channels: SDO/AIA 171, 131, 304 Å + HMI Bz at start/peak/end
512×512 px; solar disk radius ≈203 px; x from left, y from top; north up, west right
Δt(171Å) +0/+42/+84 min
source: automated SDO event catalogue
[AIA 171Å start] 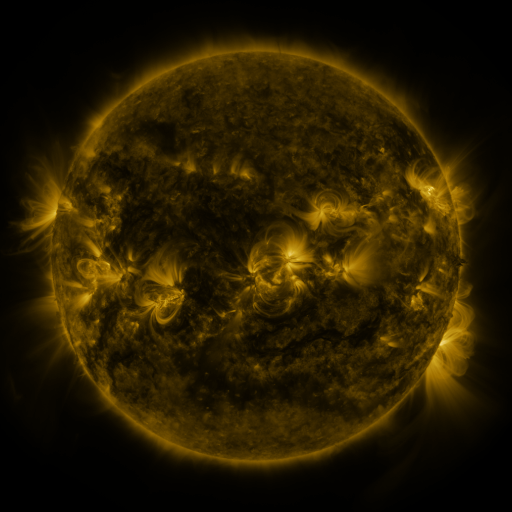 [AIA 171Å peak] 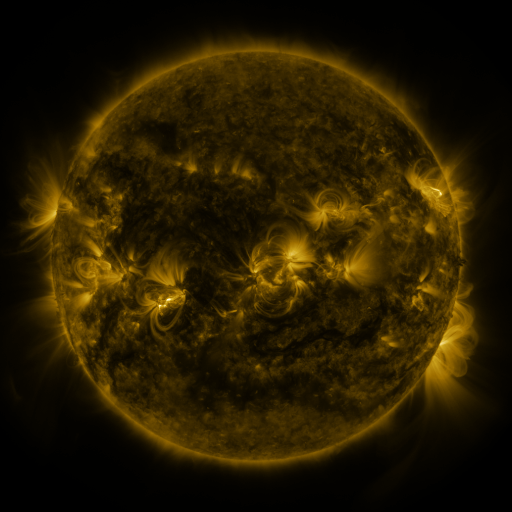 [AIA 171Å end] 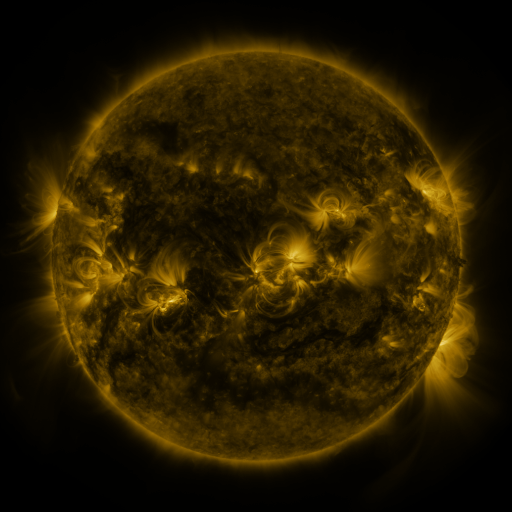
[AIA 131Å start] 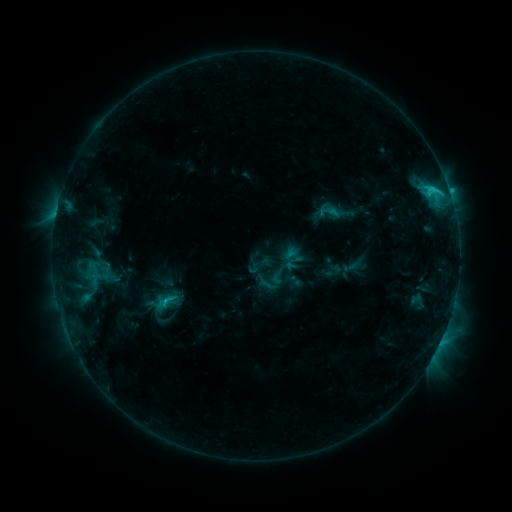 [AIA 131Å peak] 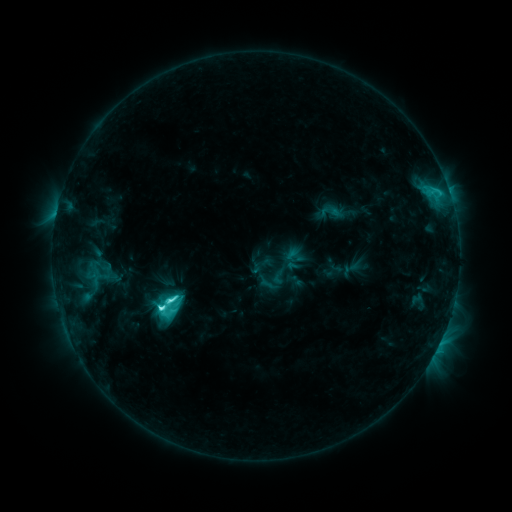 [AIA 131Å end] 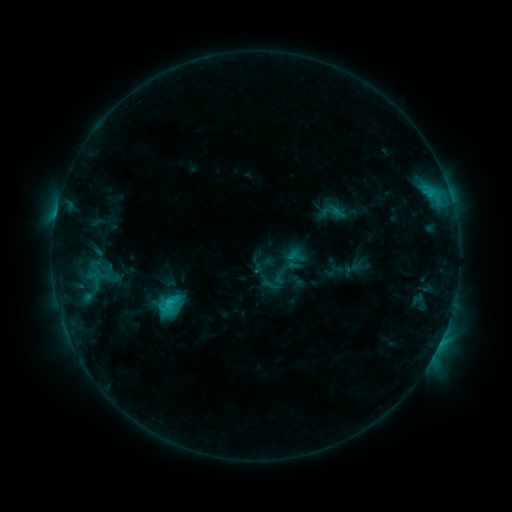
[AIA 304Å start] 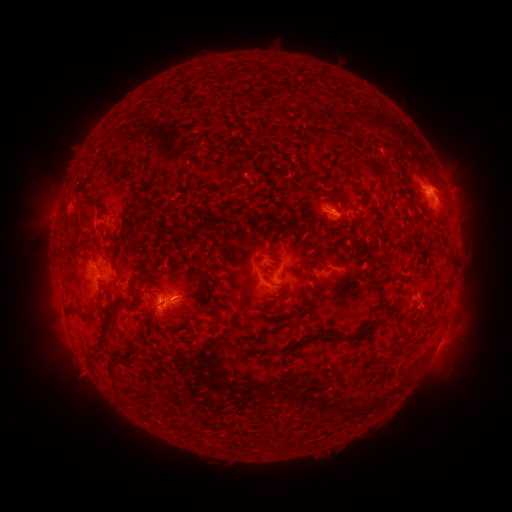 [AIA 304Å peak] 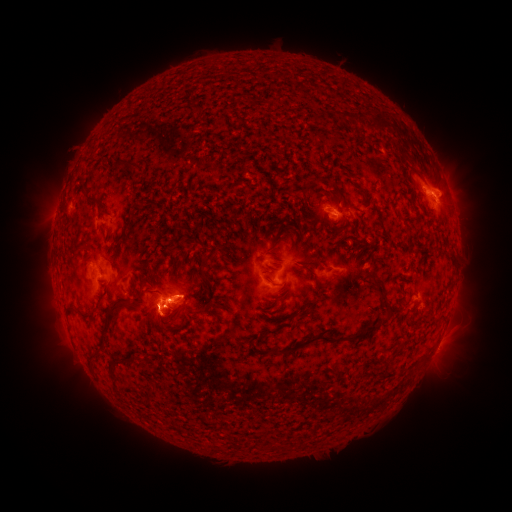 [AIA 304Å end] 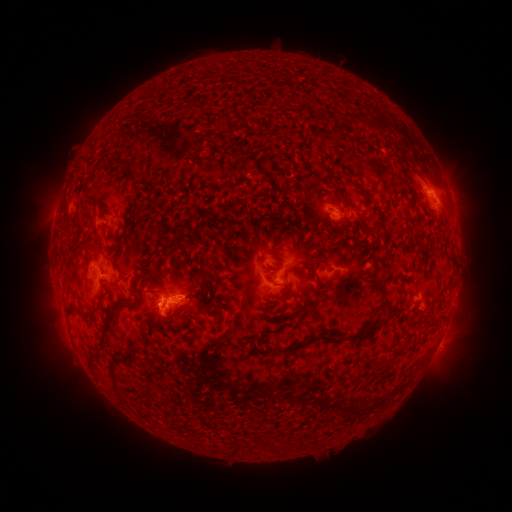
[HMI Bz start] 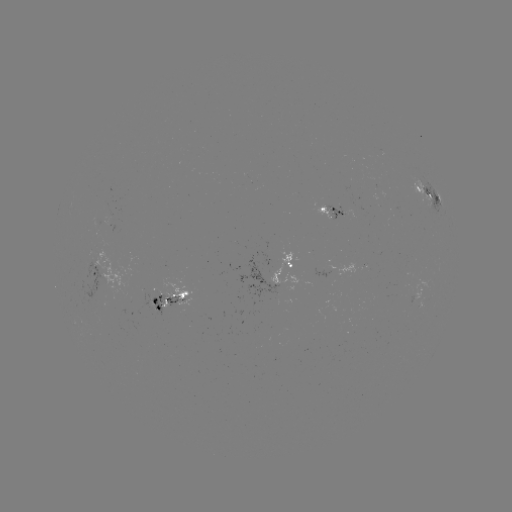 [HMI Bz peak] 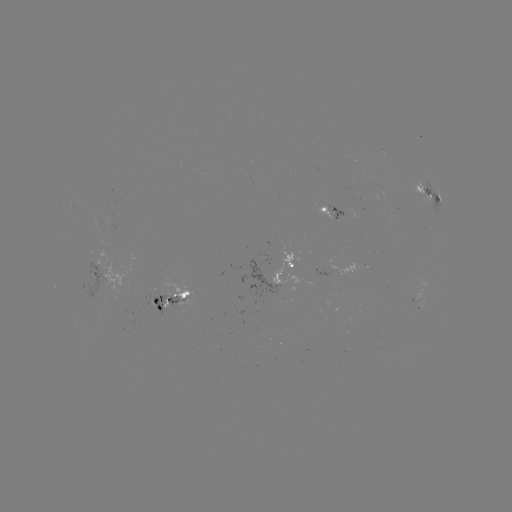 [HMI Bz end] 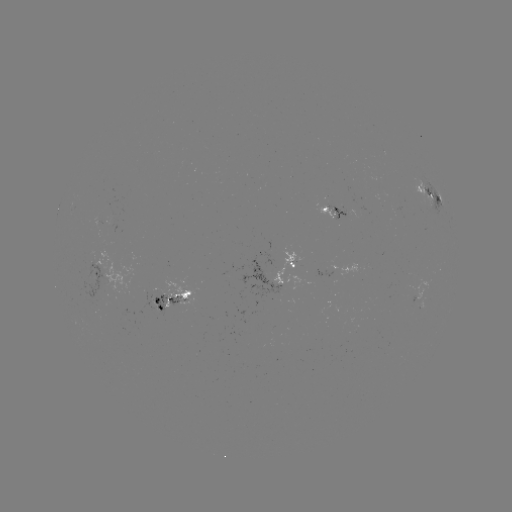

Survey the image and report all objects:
C8.1 flare: (163, 307)
